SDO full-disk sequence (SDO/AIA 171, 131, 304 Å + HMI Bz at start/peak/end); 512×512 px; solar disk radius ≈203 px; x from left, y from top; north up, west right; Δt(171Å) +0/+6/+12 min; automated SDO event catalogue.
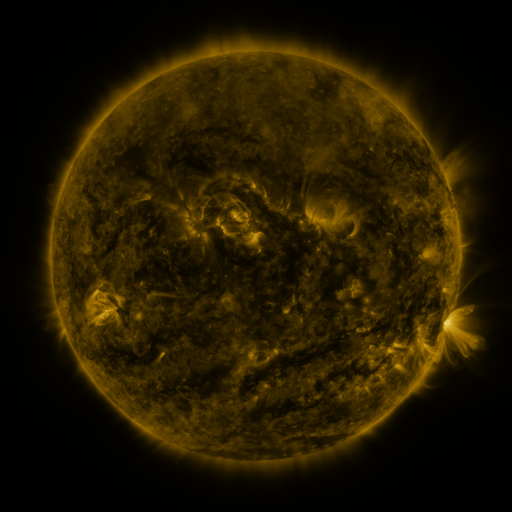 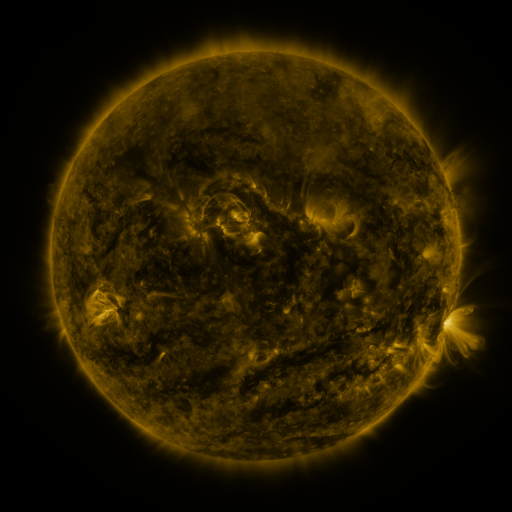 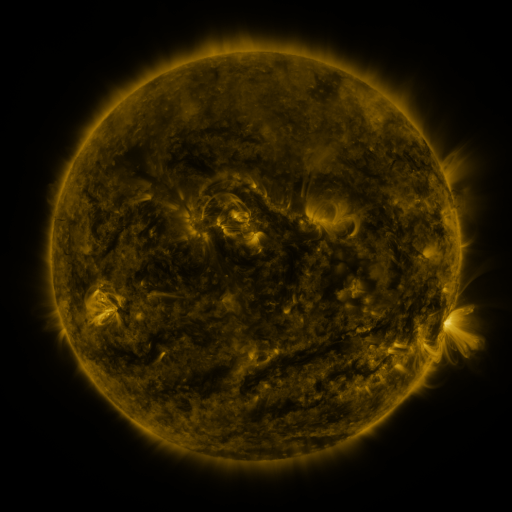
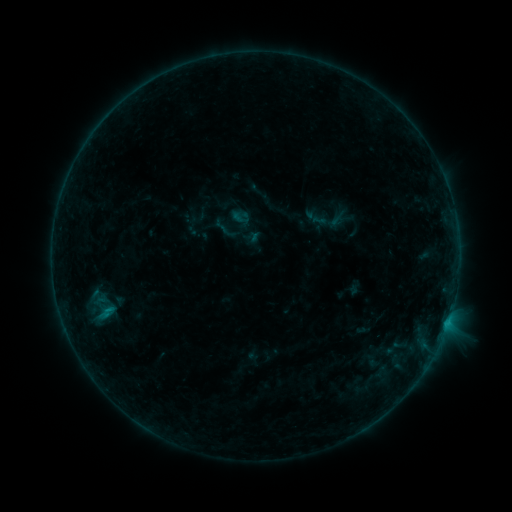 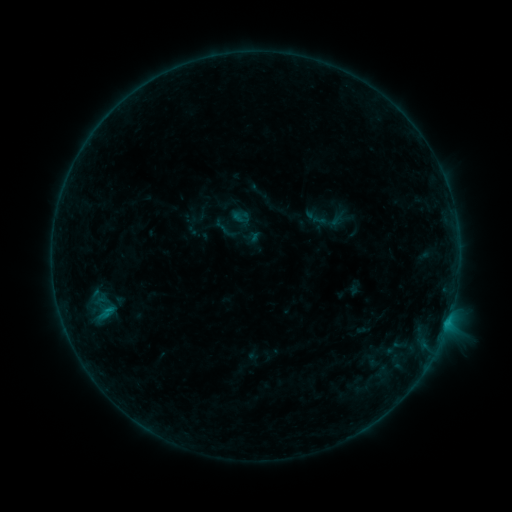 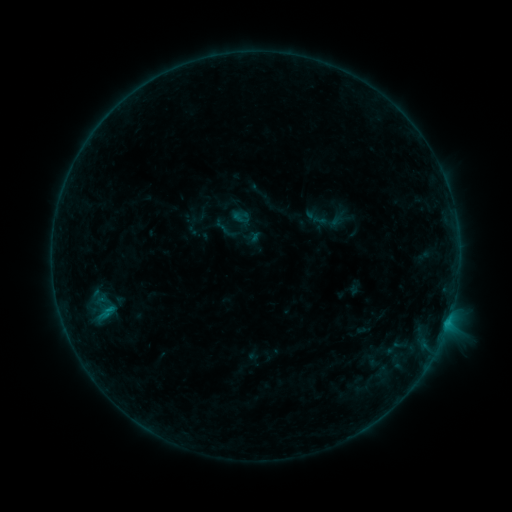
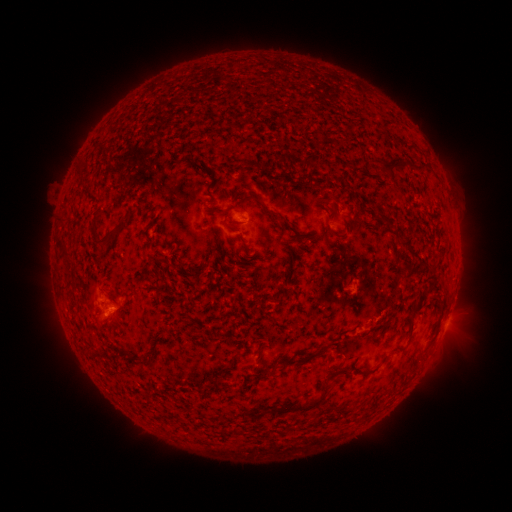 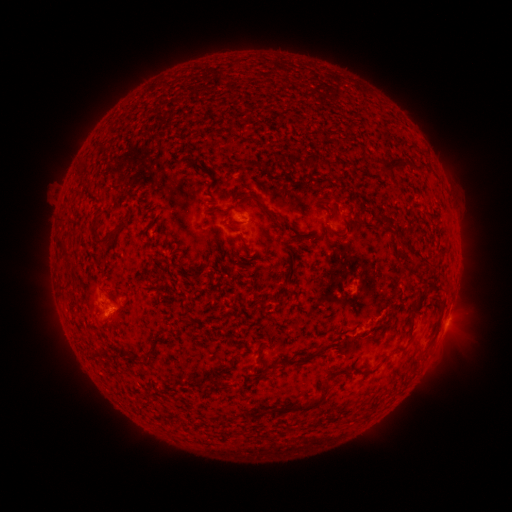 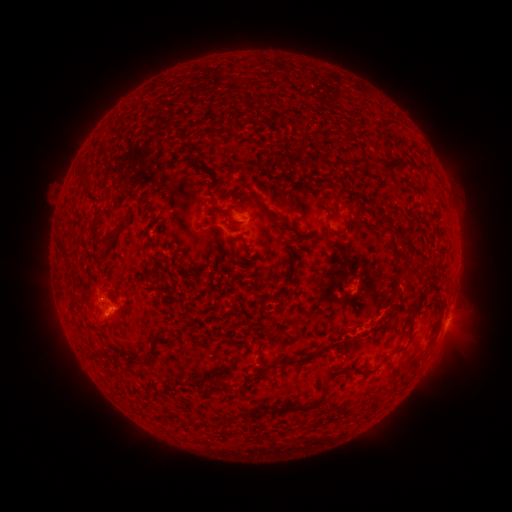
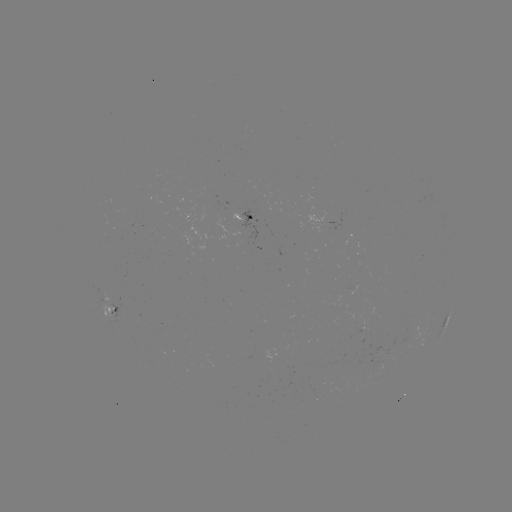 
no catalogued flare and no flagged EUV brightening in this window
